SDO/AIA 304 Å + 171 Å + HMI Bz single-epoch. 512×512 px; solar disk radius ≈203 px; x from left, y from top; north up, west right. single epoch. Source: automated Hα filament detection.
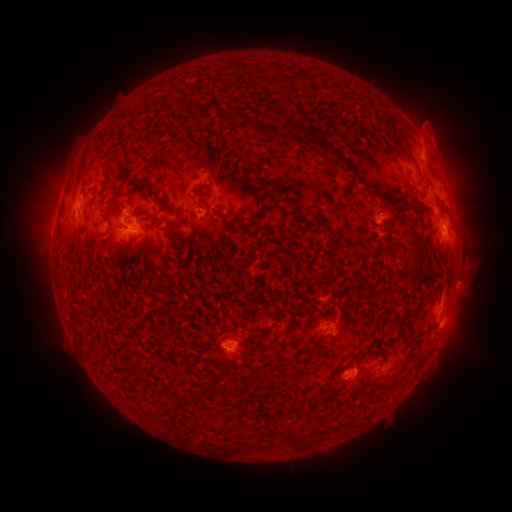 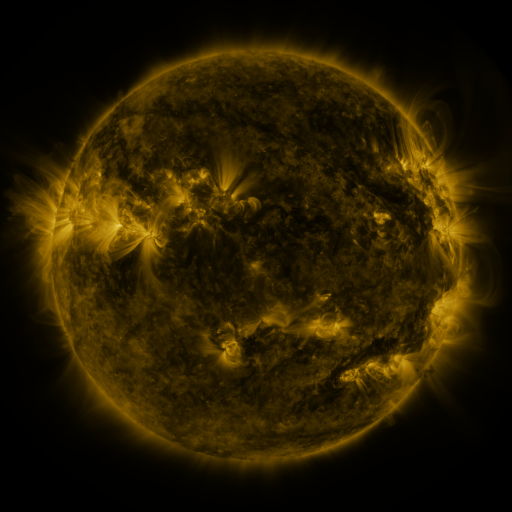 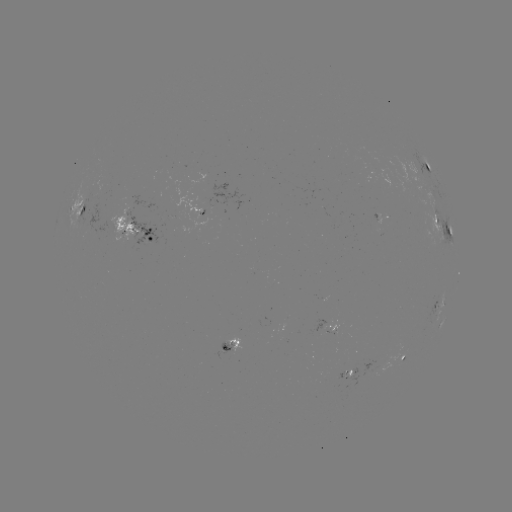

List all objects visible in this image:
filament: [304, 70, 314, 82]
filament: [270, 78, 280, 85]
filament: [424, 165, 431, 174]
filament: [128, 180, 175, 214]
filament: [388, 203, 415, 215]
filament: [253, 372, 265, 381]
